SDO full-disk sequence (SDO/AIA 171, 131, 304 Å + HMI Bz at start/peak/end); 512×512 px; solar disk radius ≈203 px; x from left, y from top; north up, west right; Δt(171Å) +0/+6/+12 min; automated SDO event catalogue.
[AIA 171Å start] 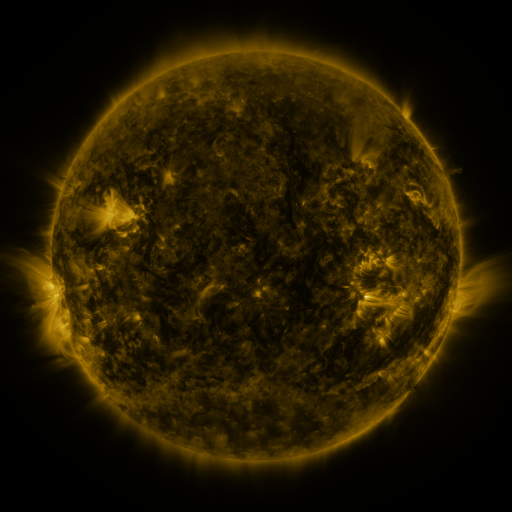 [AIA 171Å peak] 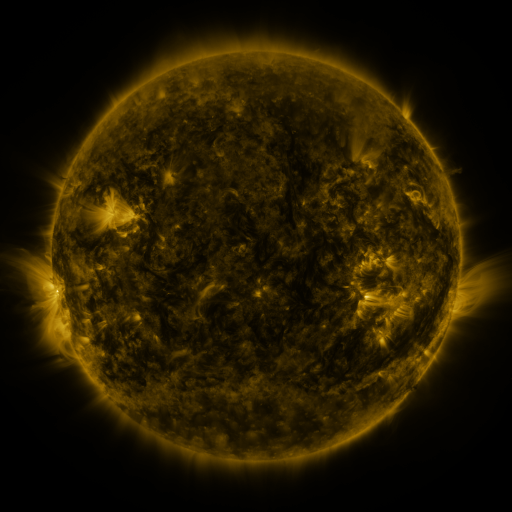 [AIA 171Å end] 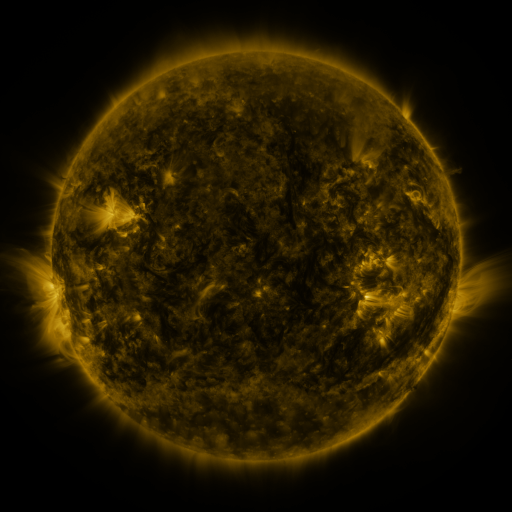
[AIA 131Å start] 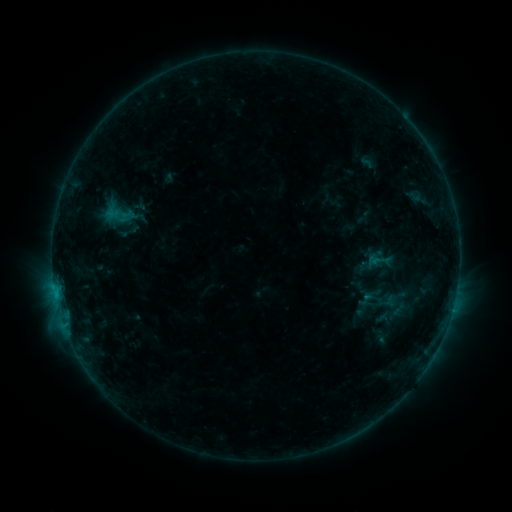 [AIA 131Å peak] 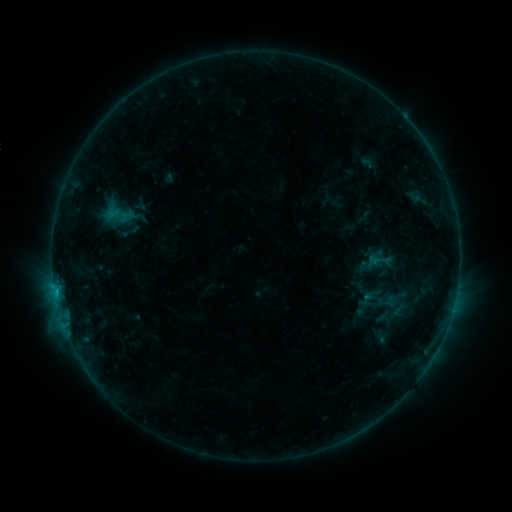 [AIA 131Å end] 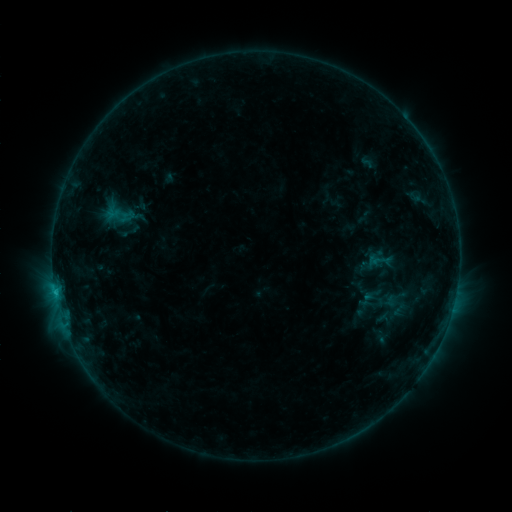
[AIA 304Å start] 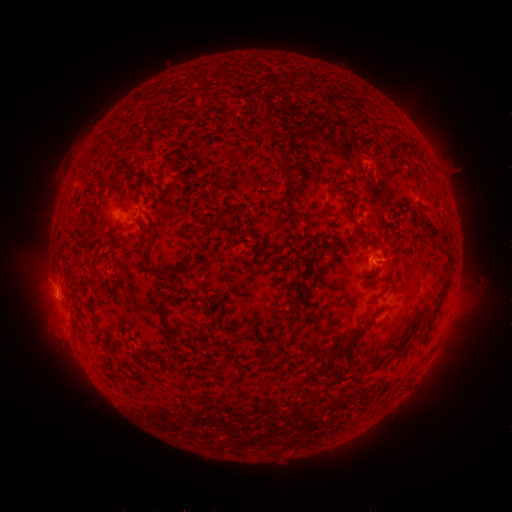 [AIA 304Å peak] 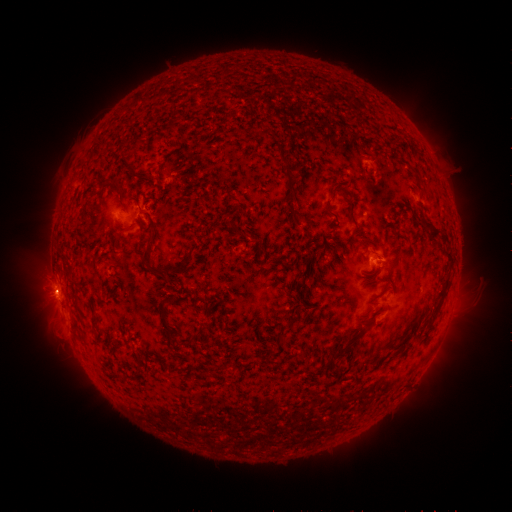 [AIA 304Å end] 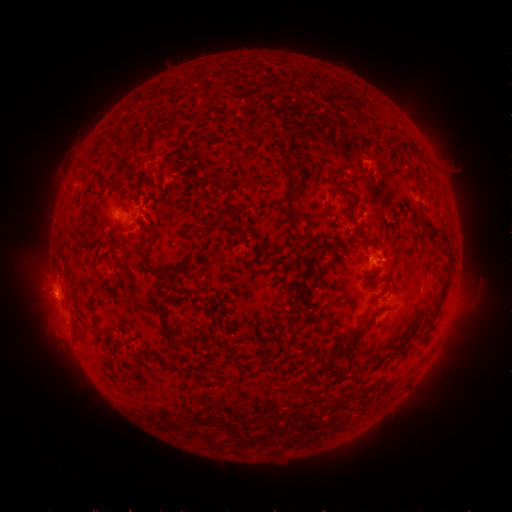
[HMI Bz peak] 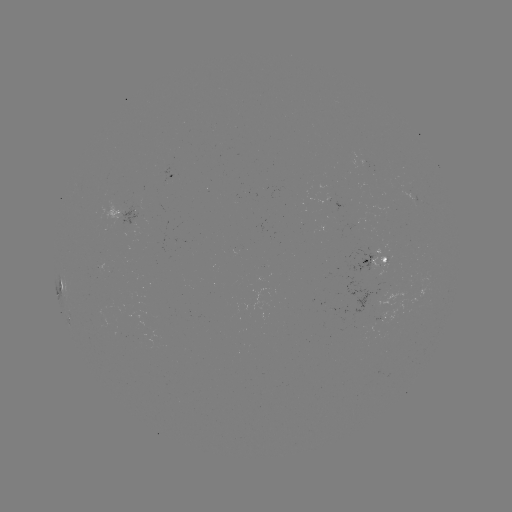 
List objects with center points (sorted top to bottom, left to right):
eruption: (50, 293)
